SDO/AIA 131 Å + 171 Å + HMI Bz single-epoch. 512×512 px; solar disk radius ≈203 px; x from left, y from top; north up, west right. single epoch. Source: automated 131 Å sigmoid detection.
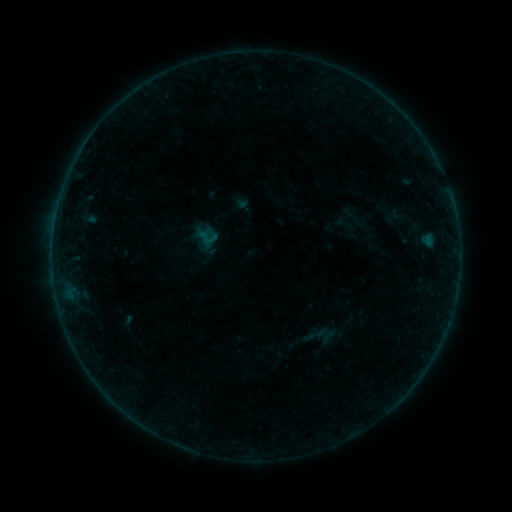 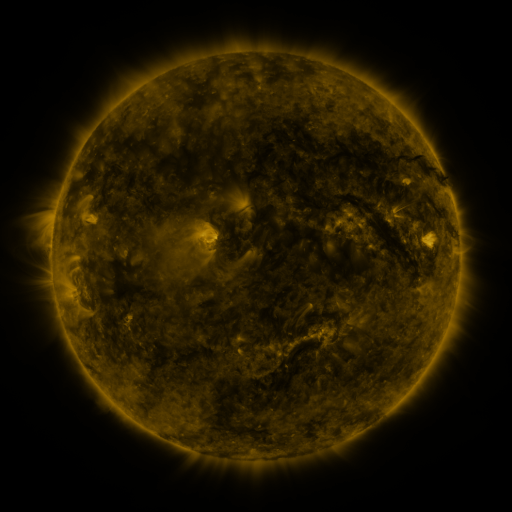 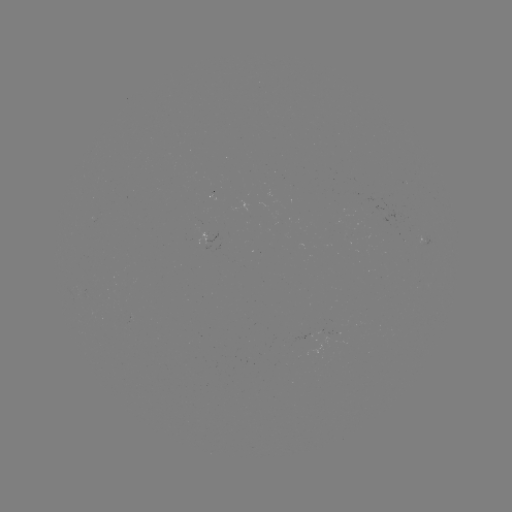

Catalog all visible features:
sigmoid: (196, 225, 219, 249)
